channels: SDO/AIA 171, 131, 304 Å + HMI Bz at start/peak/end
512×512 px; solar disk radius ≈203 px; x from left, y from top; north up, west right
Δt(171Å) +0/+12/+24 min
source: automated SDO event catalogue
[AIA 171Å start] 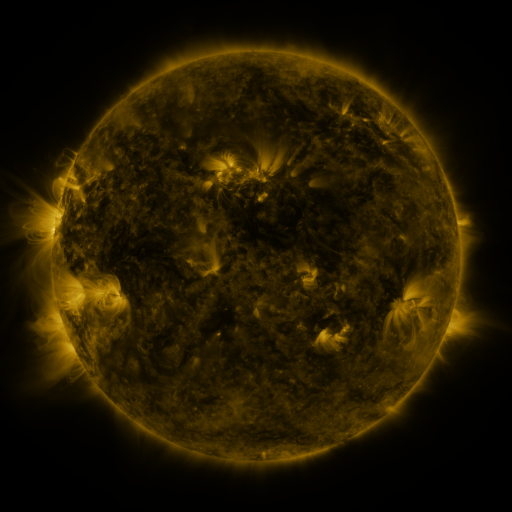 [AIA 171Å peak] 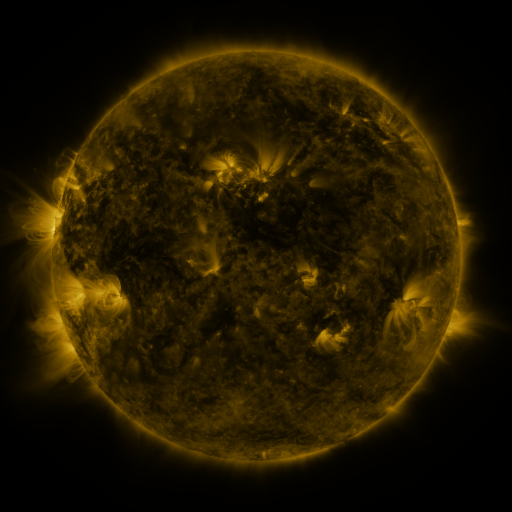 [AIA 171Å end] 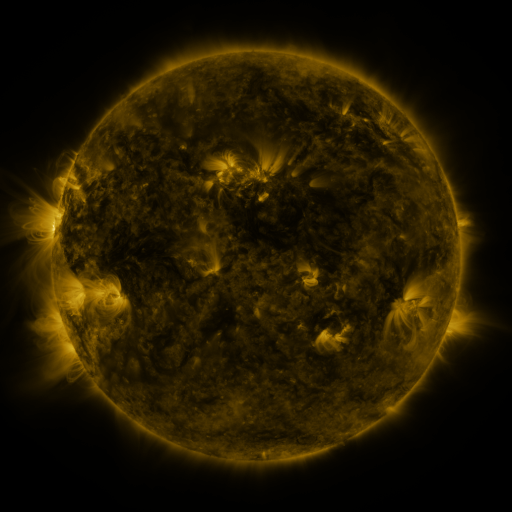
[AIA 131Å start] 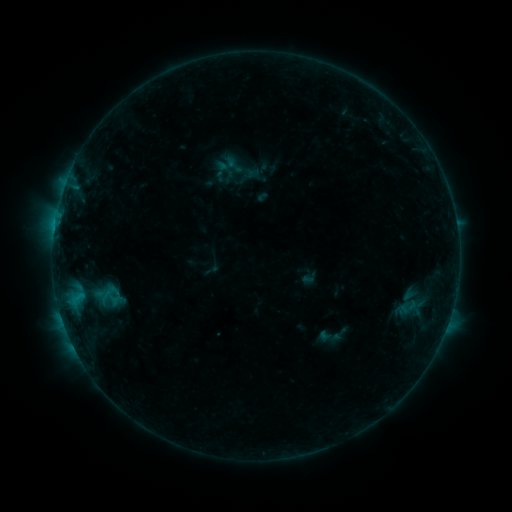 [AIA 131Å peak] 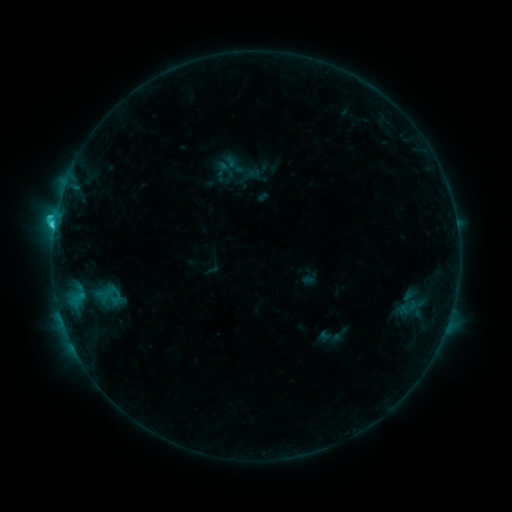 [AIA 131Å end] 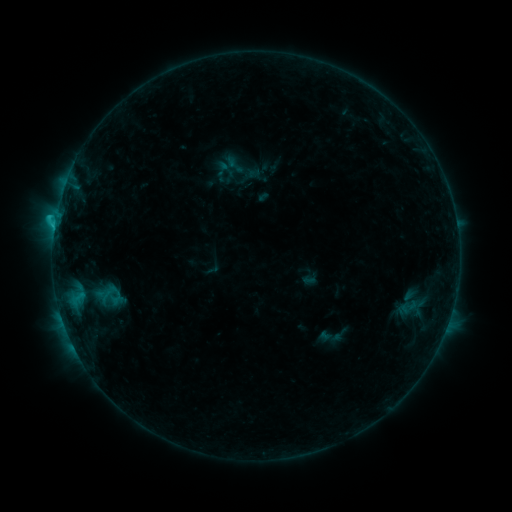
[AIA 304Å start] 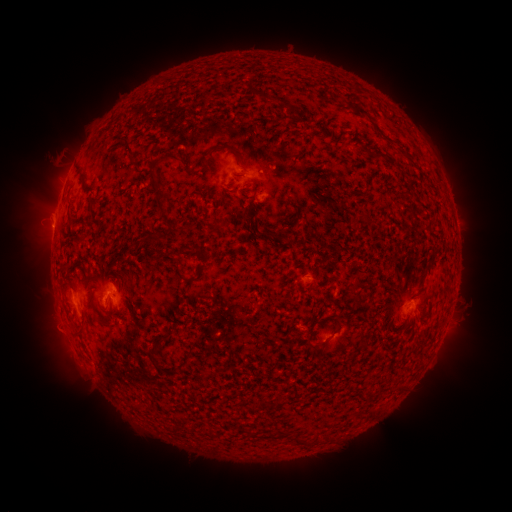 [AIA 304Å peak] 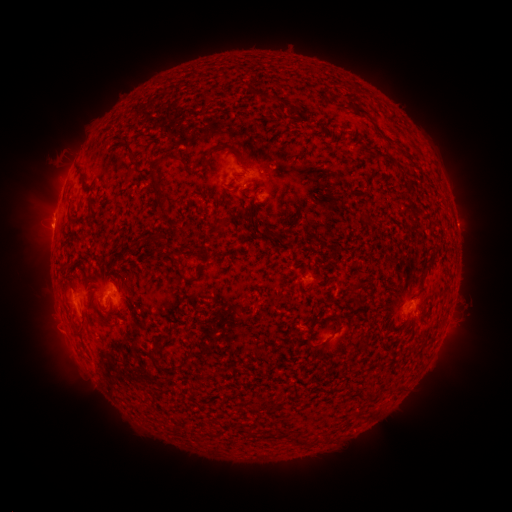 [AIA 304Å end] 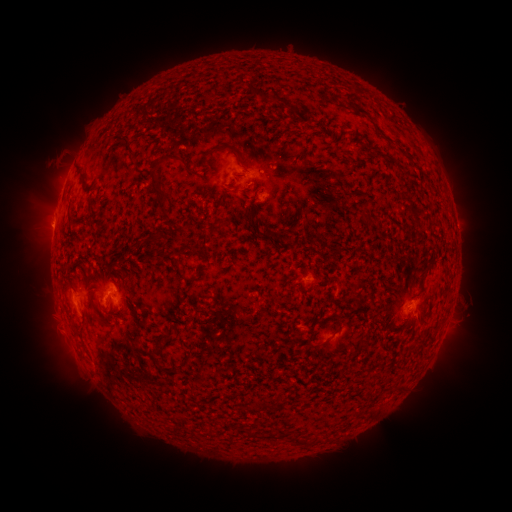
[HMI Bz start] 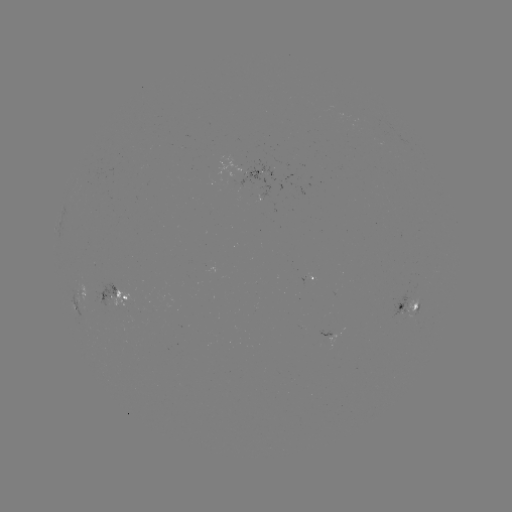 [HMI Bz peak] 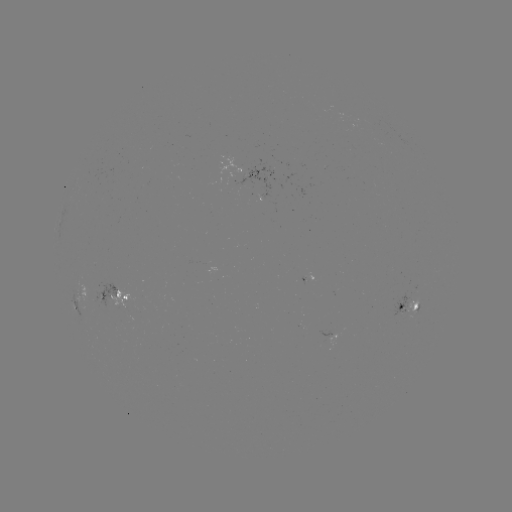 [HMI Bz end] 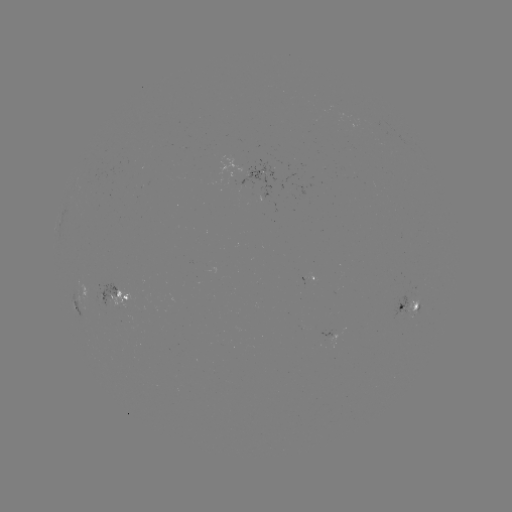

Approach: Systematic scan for C1.6 flare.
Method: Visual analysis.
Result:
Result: C1.6 flare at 54,227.